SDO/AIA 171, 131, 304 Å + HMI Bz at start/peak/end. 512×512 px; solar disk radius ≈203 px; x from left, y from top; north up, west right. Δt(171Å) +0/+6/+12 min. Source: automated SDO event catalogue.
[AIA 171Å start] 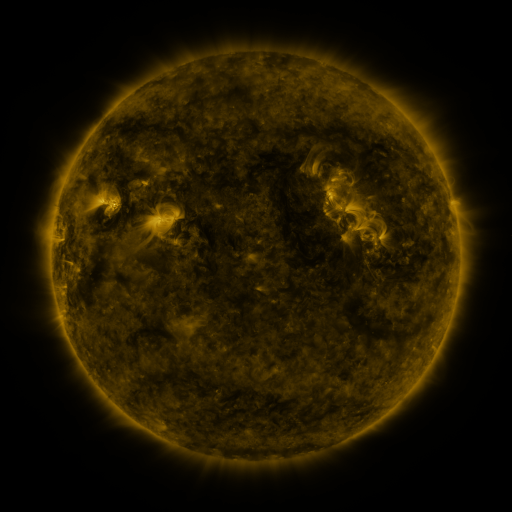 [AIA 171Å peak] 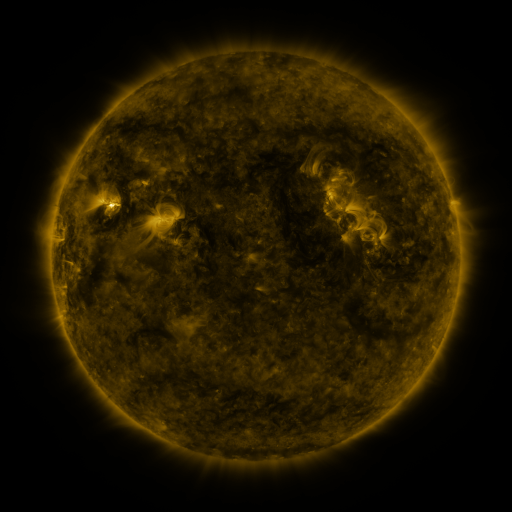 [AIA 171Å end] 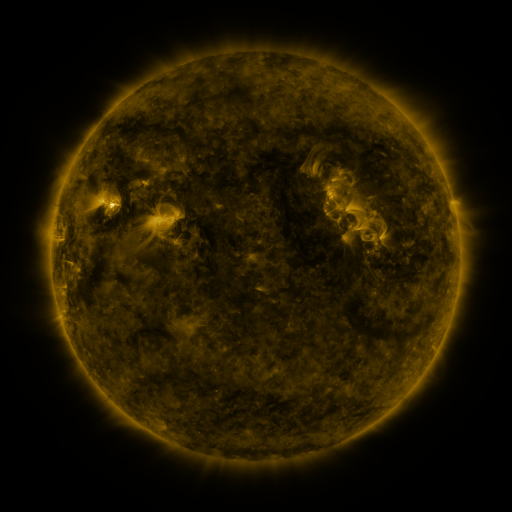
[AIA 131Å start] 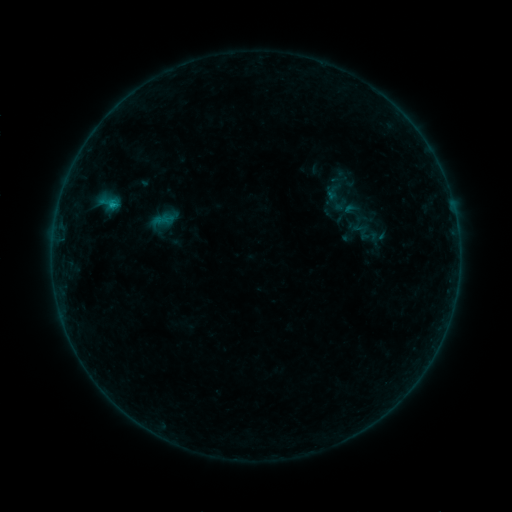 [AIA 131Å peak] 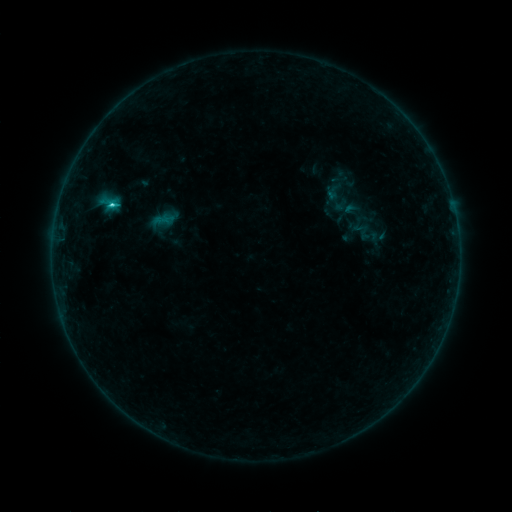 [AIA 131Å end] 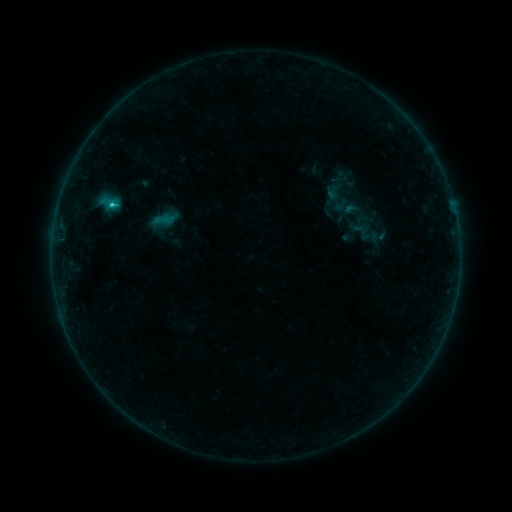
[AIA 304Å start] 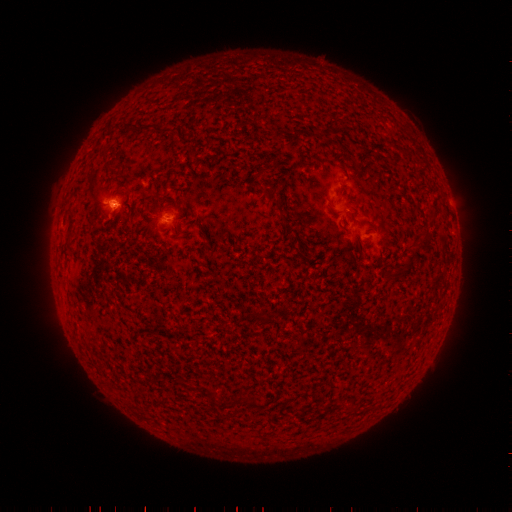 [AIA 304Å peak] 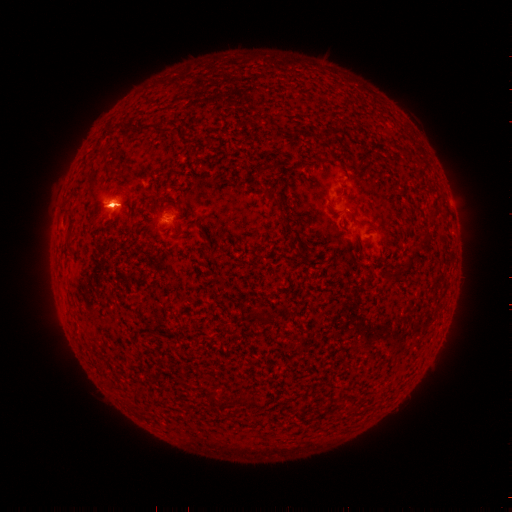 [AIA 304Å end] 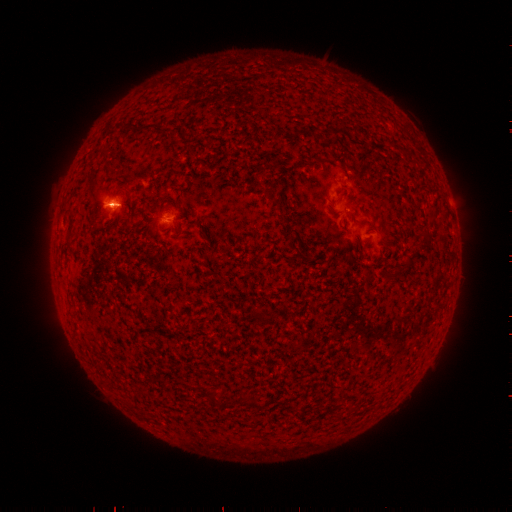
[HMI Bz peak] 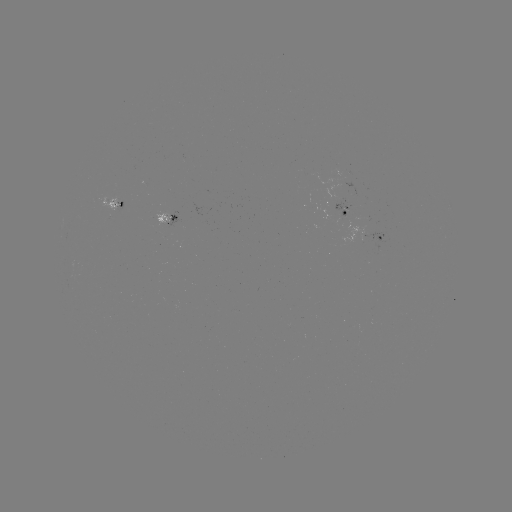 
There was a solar flare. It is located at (114, 207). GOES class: C1.2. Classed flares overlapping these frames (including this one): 1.